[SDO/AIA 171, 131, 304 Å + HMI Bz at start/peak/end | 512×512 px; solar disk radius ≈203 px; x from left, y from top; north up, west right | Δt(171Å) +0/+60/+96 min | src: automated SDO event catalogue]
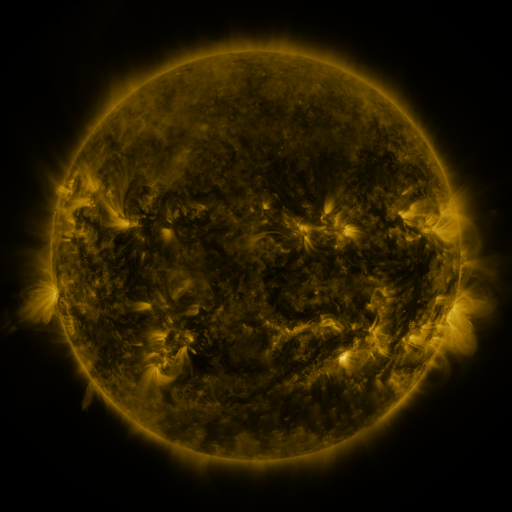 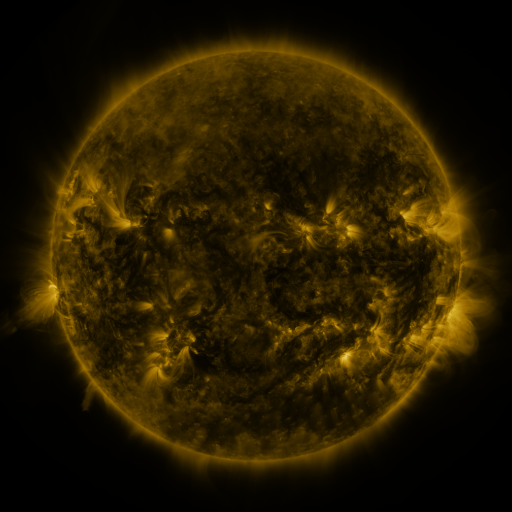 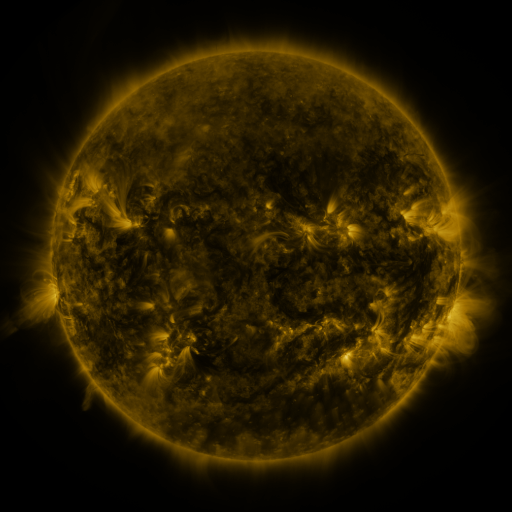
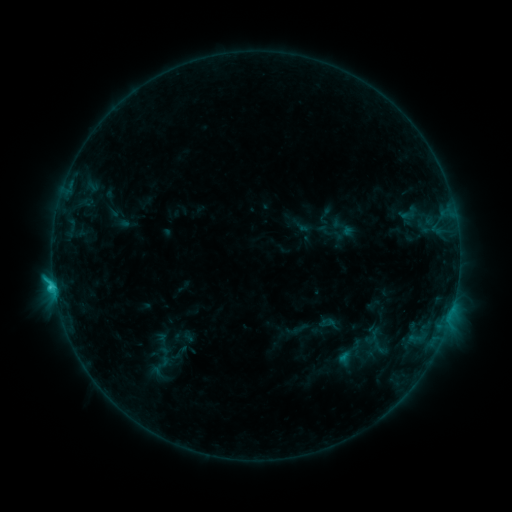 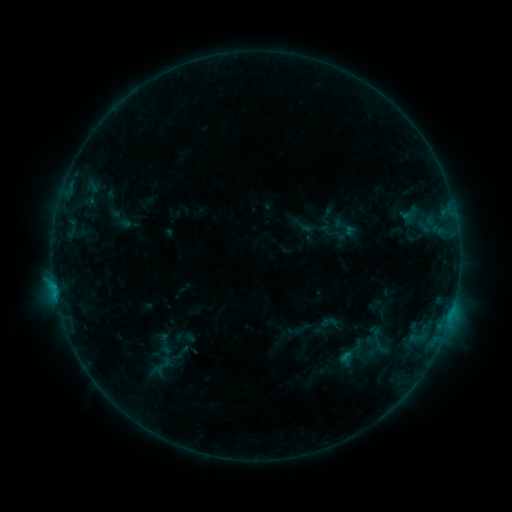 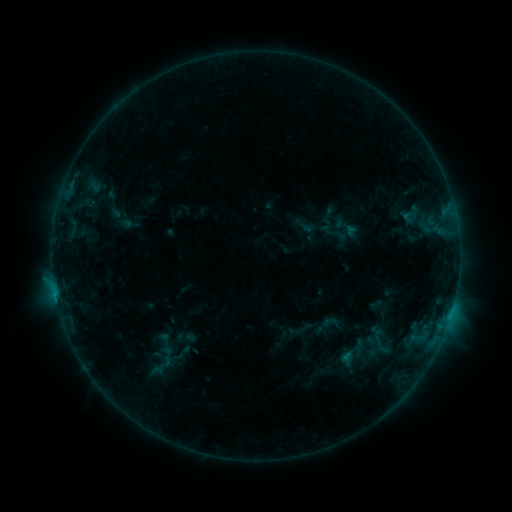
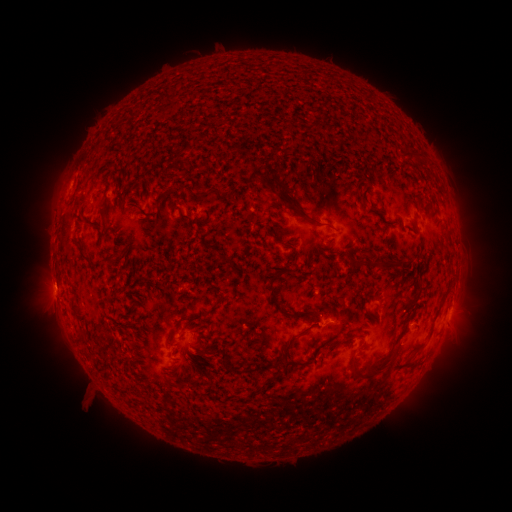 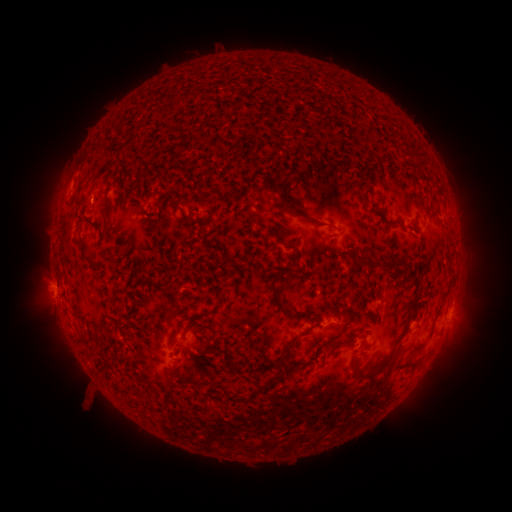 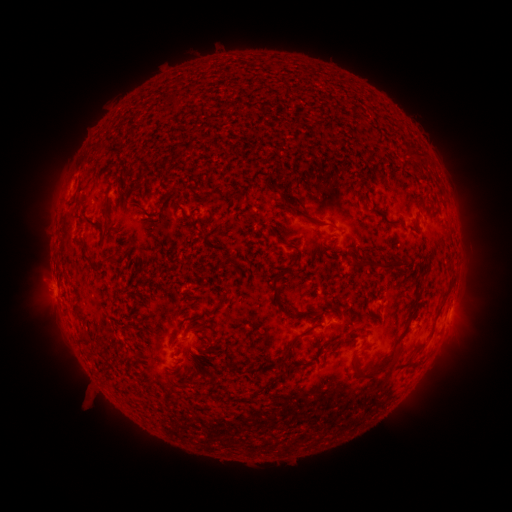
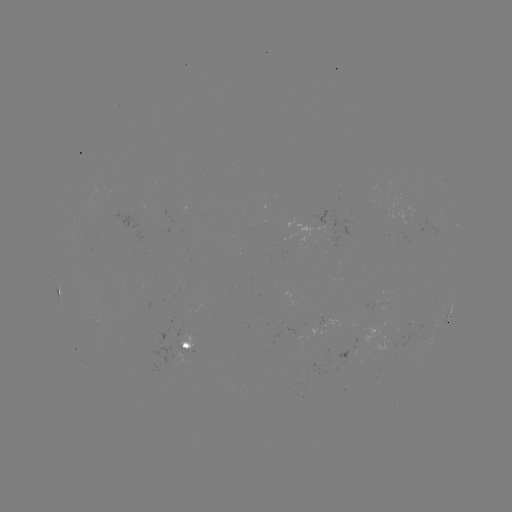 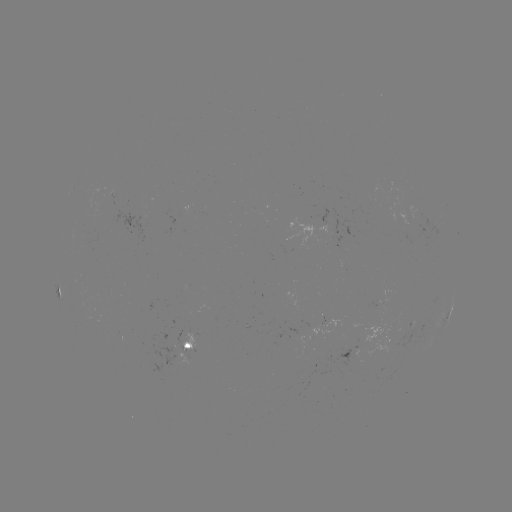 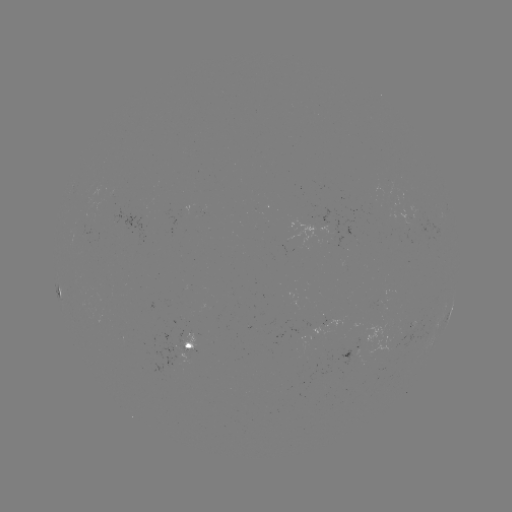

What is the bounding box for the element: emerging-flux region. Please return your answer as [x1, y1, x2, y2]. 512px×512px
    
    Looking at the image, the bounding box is [327, 216, 356, 235].